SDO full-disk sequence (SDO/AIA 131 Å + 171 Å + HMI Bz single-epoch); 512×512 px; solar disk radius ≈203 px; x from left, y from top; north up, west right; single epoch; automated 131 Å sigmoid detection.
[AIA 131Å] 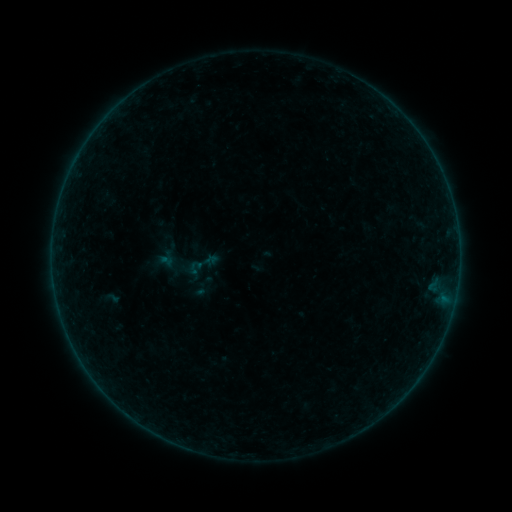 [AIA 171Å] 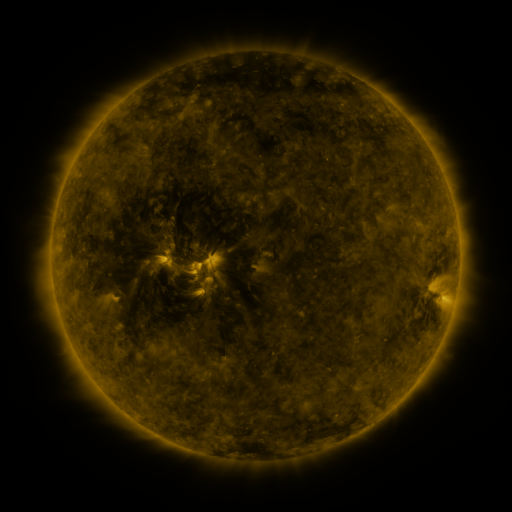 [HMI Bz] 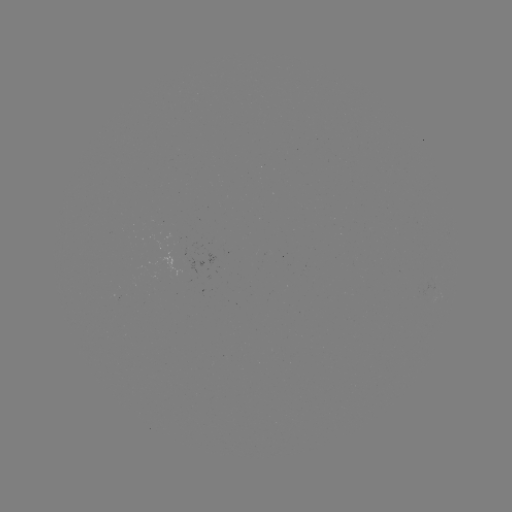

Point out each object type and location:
sigmoid: (202, 264)
